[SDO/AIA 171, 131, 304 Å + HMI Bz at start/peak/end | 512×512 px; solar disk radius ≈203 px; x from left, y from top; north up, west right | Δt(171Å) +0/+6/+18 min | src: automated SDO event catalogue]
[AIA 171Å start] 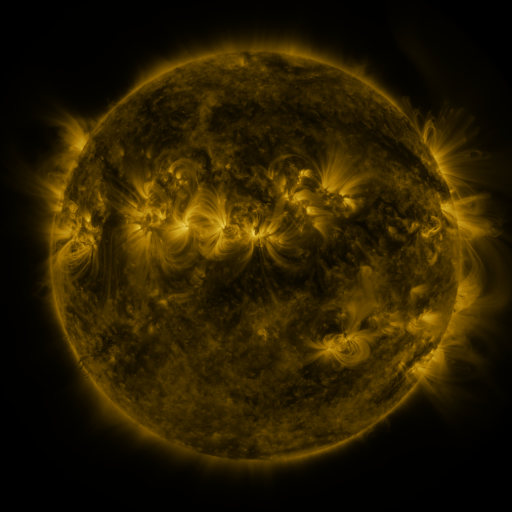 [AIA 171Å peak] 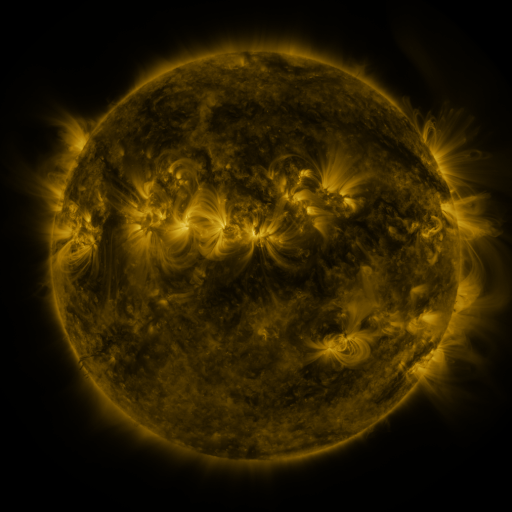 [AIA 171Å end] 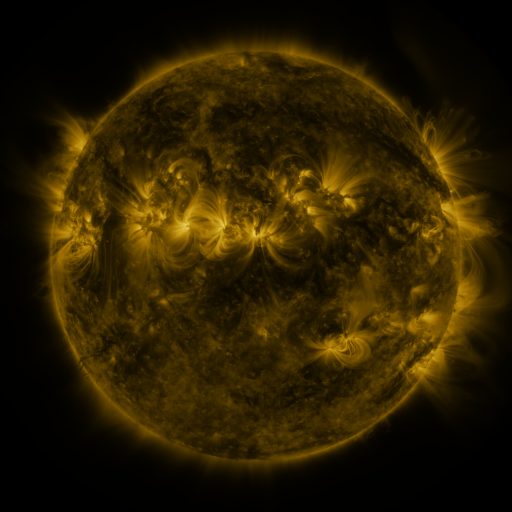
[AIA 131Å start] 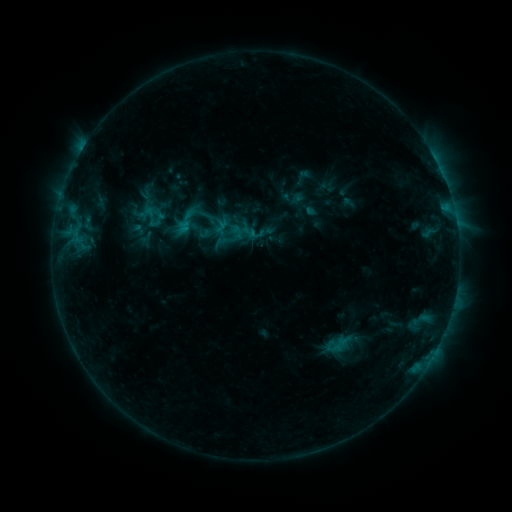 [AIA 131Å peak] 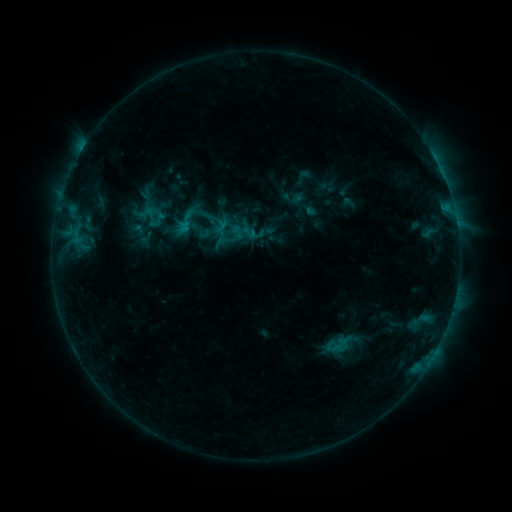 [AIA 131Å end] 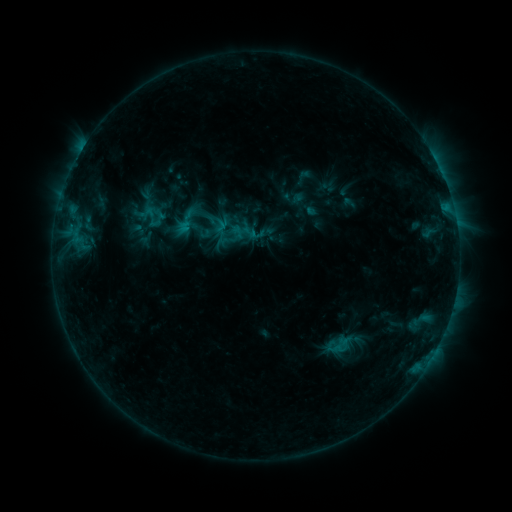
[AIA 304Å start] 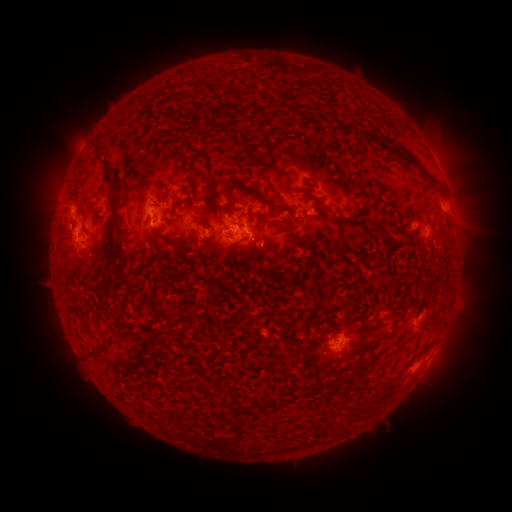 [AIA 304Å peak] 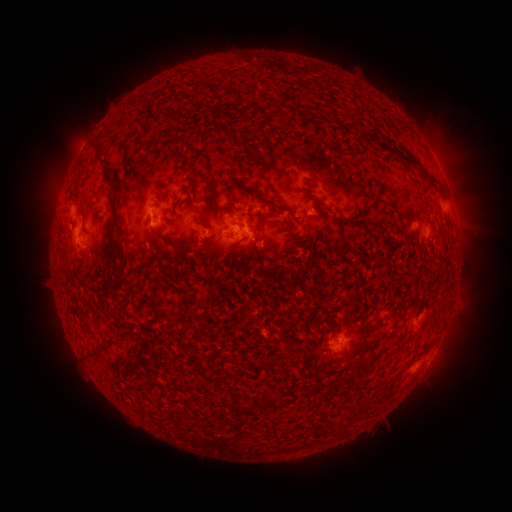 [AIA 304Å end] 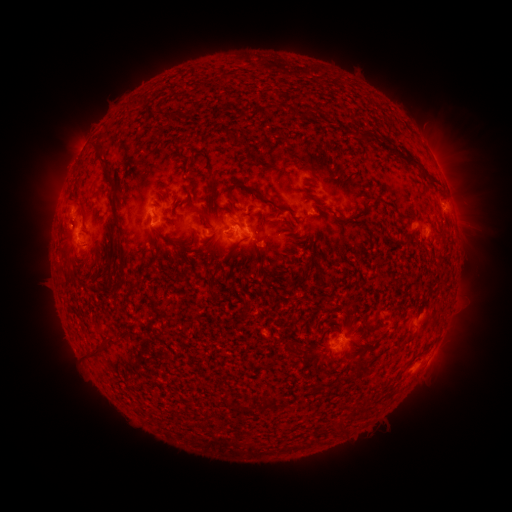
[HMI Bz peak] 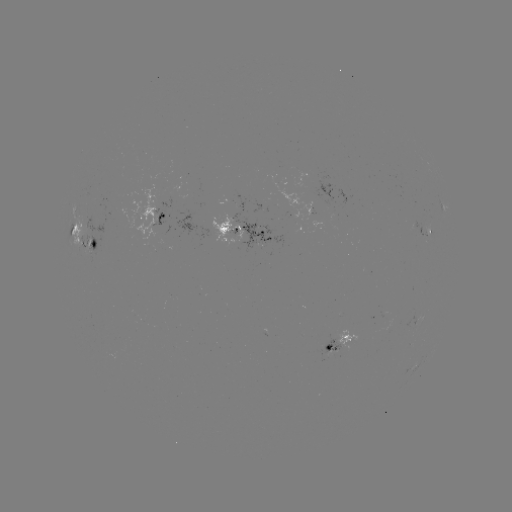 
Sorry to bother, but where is eruption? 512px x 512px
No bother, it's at (56, 204).